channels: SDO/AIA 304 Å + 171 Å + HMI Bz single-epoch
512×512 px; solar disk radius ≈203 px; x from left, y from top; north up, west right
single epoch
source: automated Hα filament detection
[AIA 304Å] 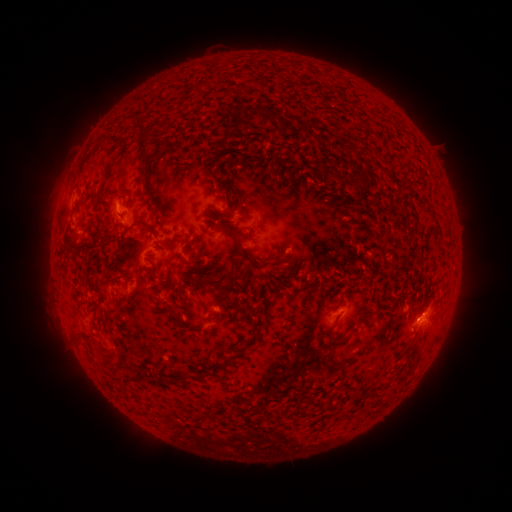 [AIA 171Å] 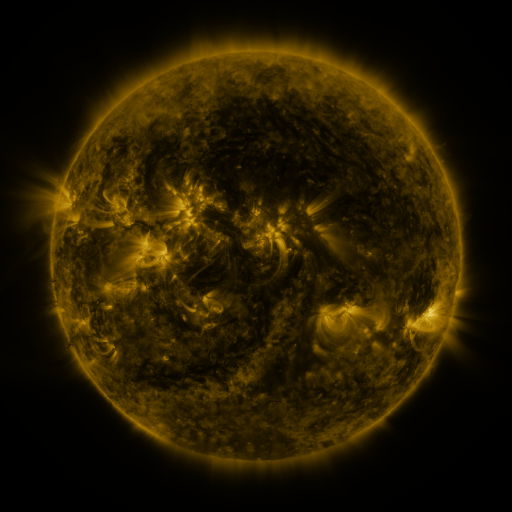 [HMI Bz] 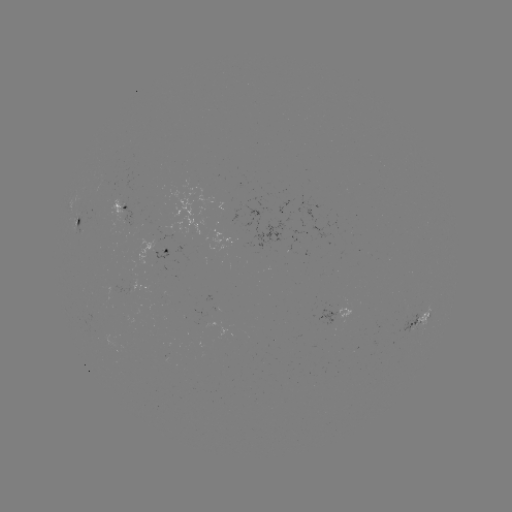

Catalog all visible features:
filament: (263, 114)
filament: (238, 121)
filament: (293, 126)
filament: (228, 132)
filament: (146, 165)
filament: (207, 166)
filament: (364, 186)
filament: (164, 219)
filament: (230, 230)
filament: (93, 245)
filament: (253, 263)
filament: (155, 276)
filament: (124, 298)
filament: (240, 309)
filament: (206, 319)
filament: (335, 322)
filament: (220, 365)
filament: (183, 379)
